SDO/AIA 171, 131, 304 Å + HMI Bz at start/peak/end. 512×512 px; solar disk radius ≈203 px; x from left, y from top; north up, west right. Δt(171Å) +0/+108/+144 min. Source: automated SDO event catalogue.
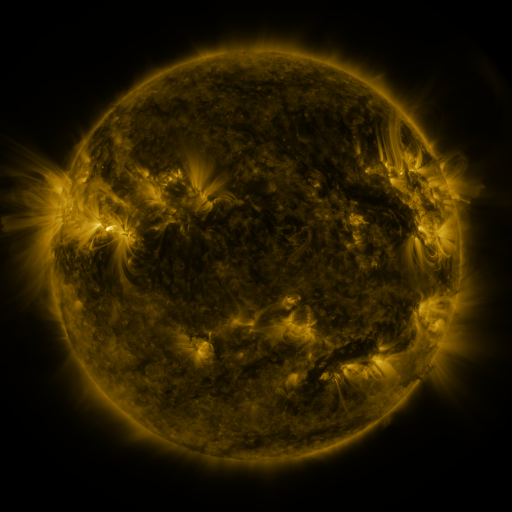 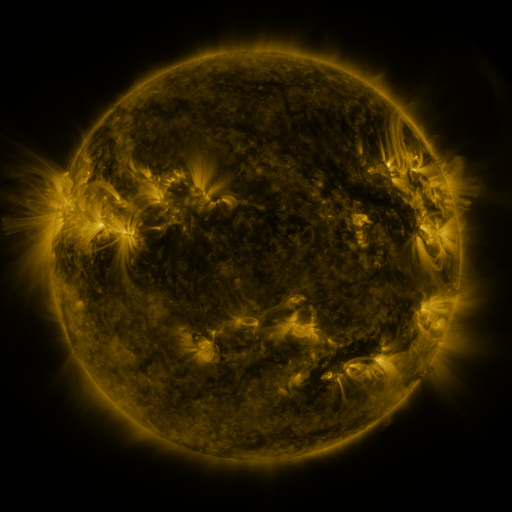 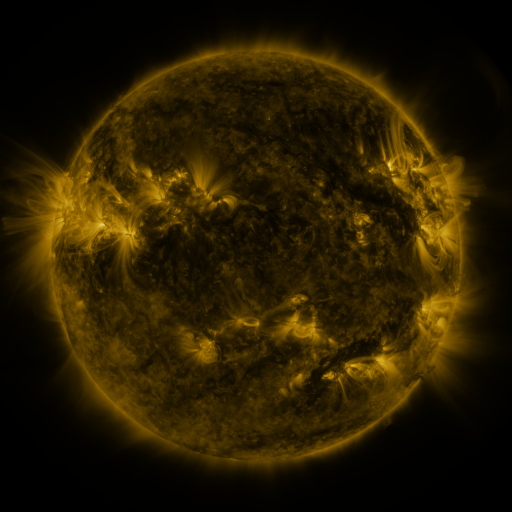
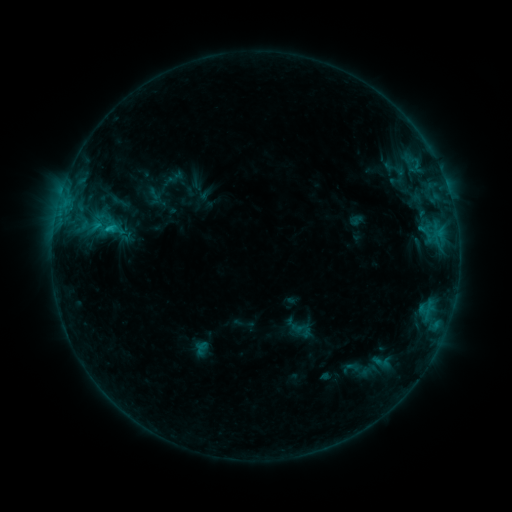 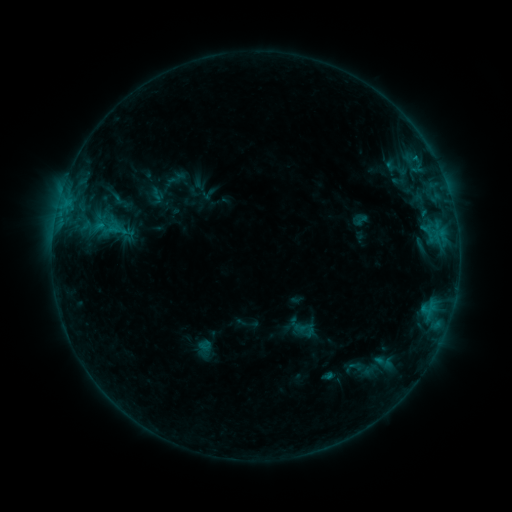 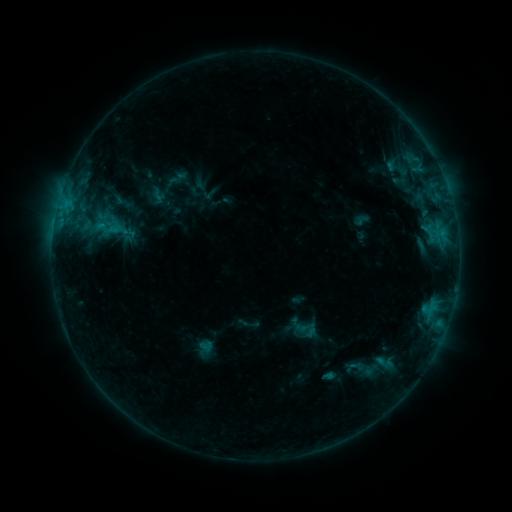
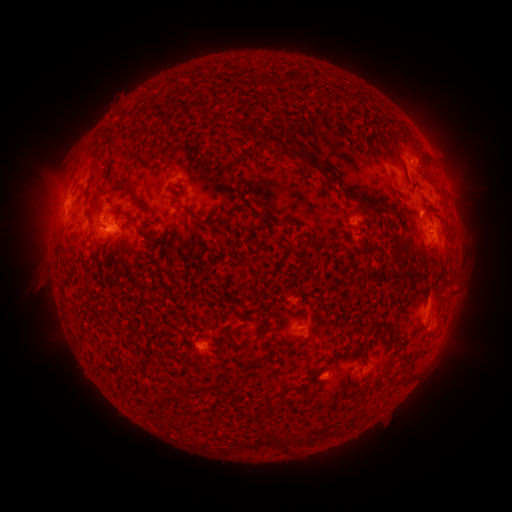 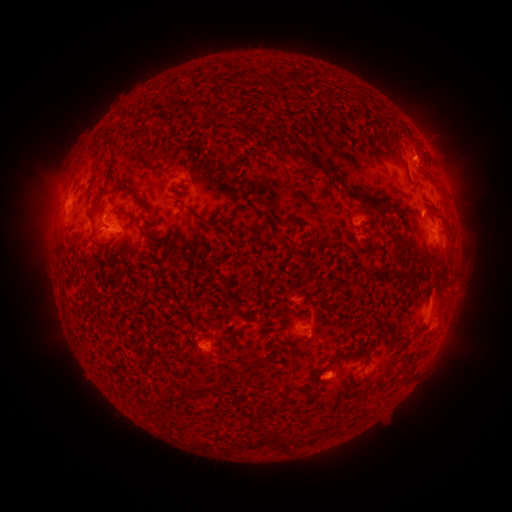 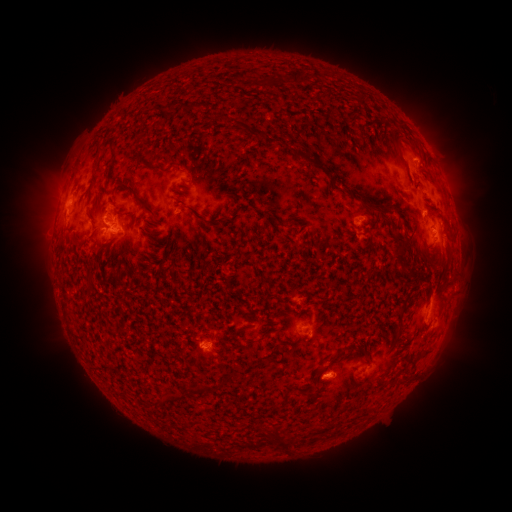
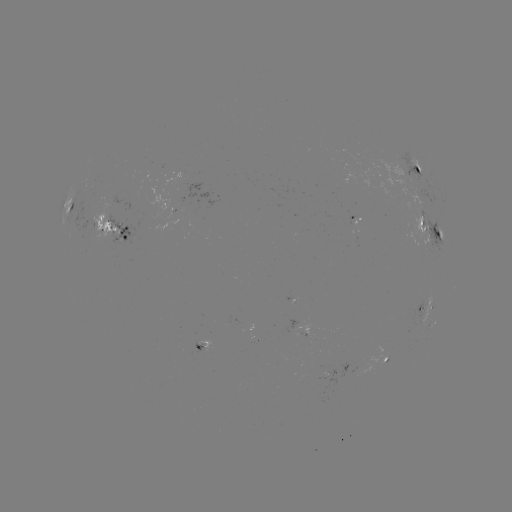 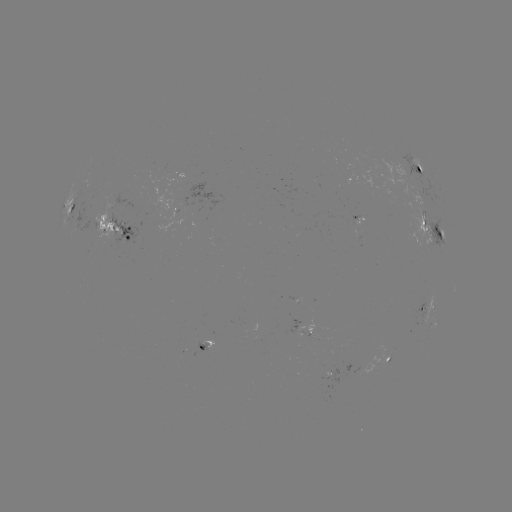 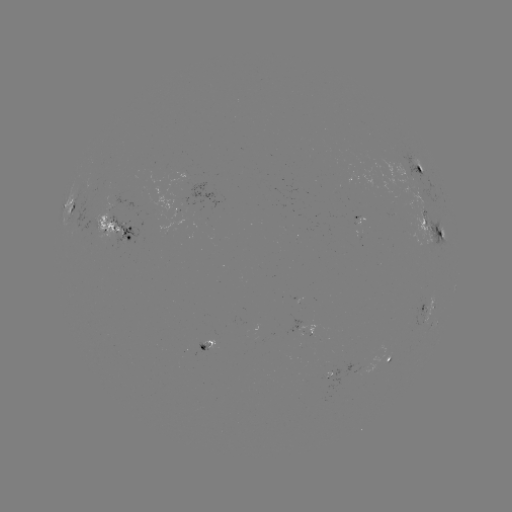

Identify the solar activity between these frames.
emerging-flux region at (100, 194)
